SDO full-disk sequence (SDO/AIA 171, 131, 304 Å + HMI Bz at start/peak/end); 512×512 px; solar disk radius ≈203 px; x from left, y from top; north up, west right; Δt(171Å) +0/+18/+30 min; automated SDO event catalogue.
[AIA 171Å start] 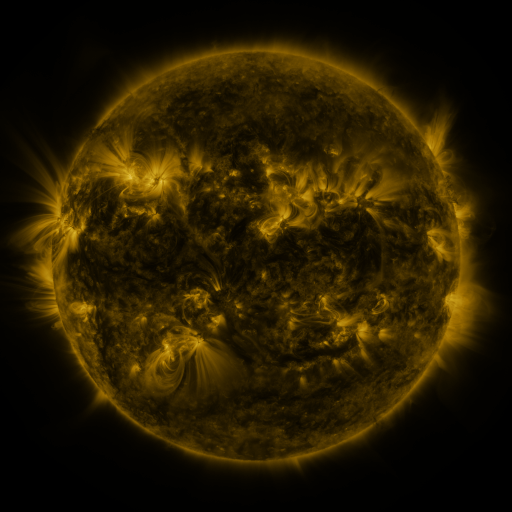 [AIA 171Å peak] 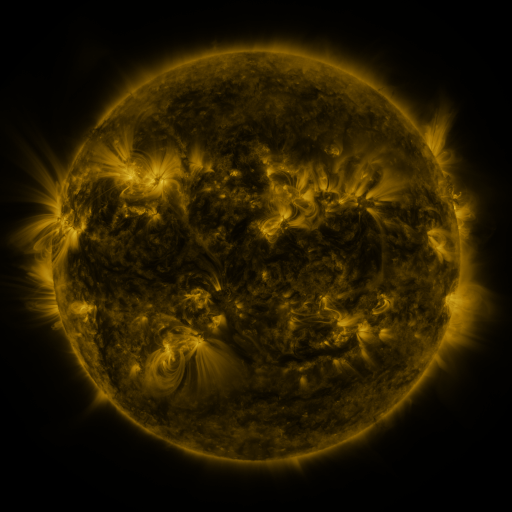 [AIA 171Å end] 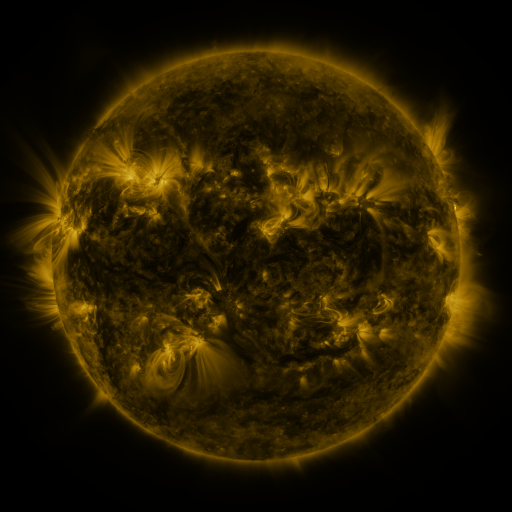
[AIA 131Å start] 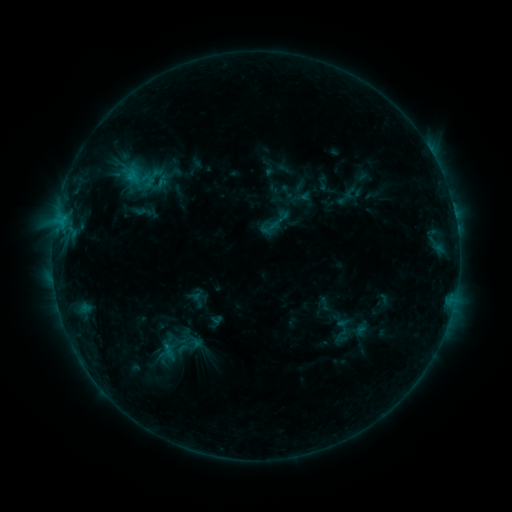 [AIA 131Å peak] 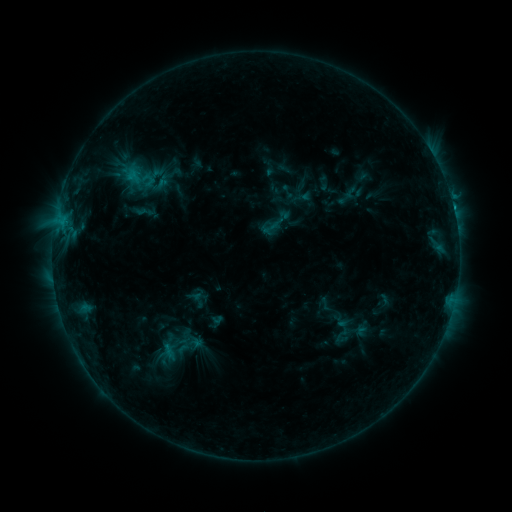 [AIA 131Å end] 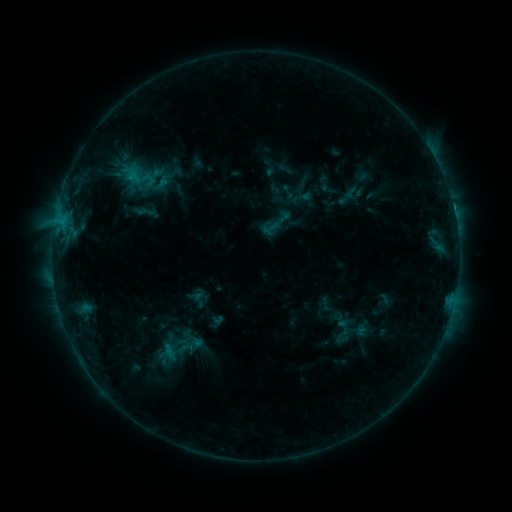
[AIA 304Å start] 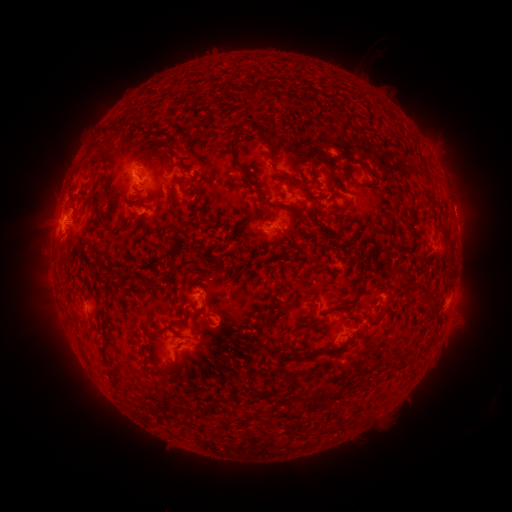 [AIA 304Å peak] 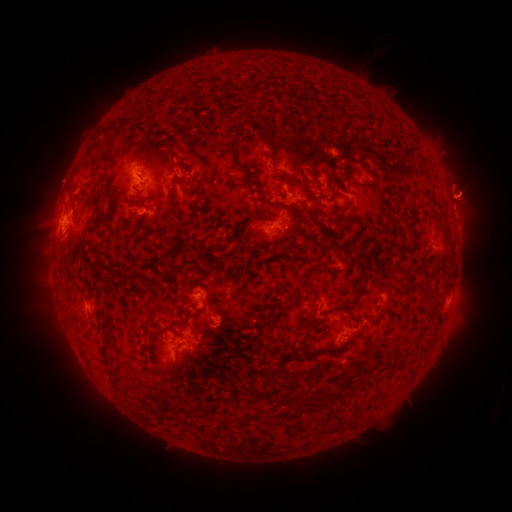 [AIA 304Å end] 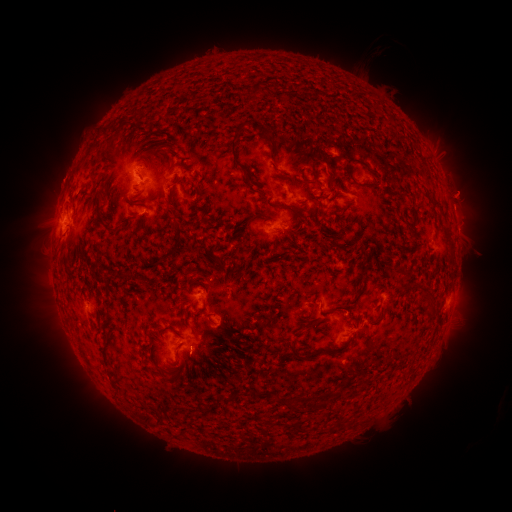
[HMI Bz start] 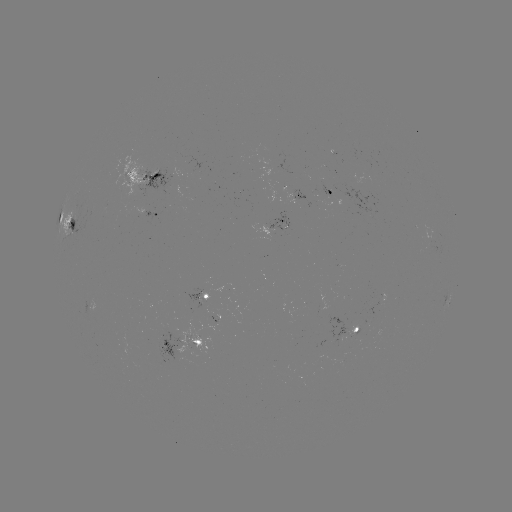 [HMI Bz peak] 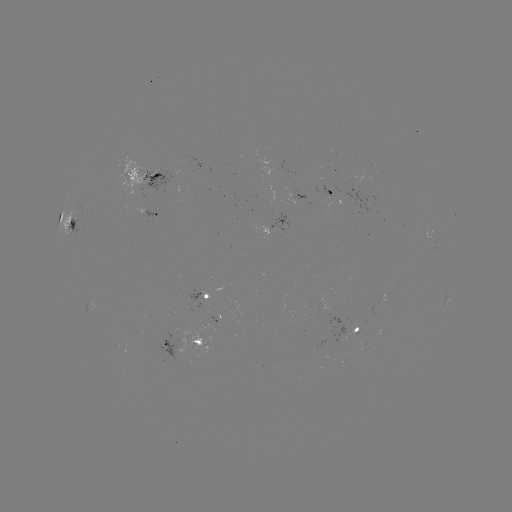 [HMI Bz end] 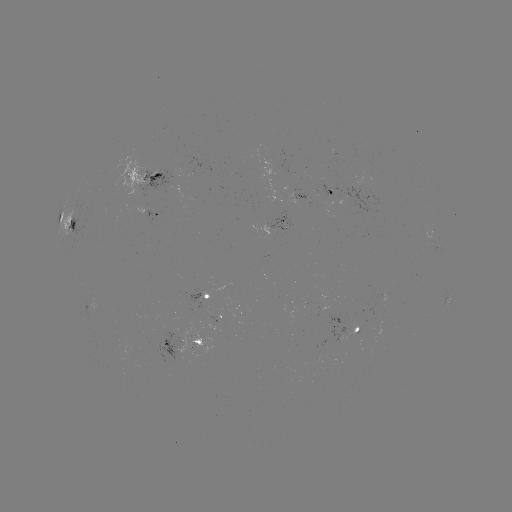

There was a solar eruption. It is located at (468, 194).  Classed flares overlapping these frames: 1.